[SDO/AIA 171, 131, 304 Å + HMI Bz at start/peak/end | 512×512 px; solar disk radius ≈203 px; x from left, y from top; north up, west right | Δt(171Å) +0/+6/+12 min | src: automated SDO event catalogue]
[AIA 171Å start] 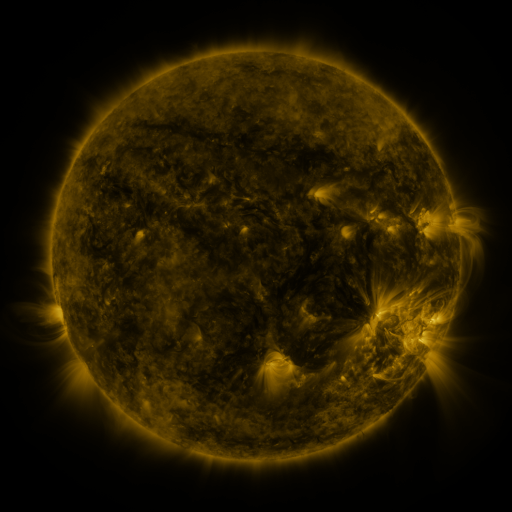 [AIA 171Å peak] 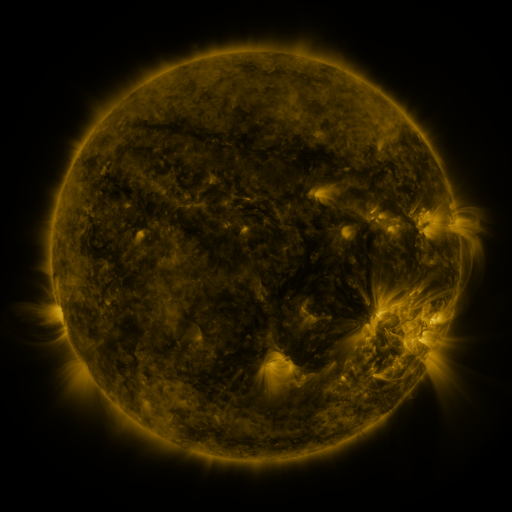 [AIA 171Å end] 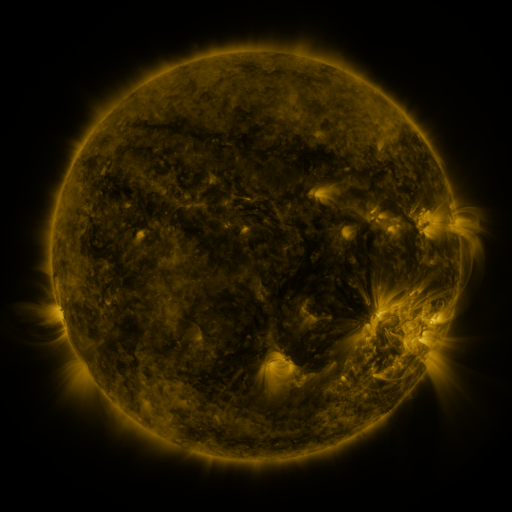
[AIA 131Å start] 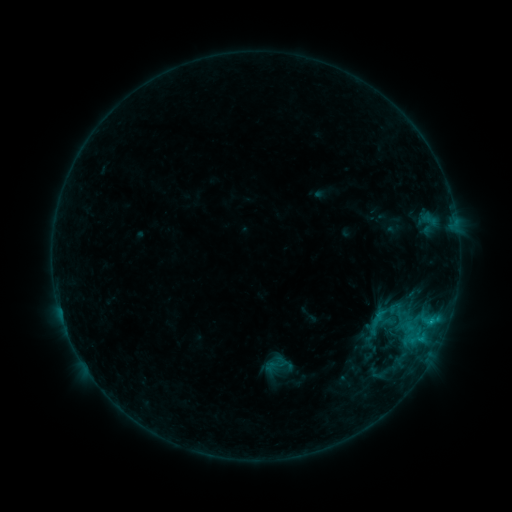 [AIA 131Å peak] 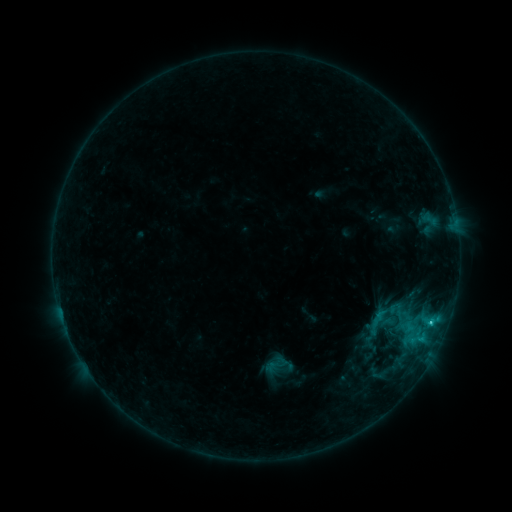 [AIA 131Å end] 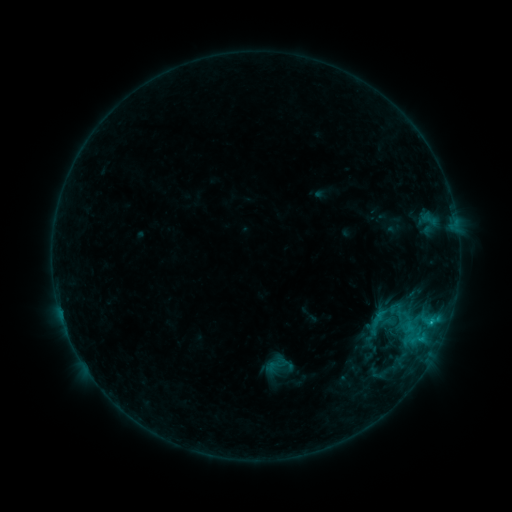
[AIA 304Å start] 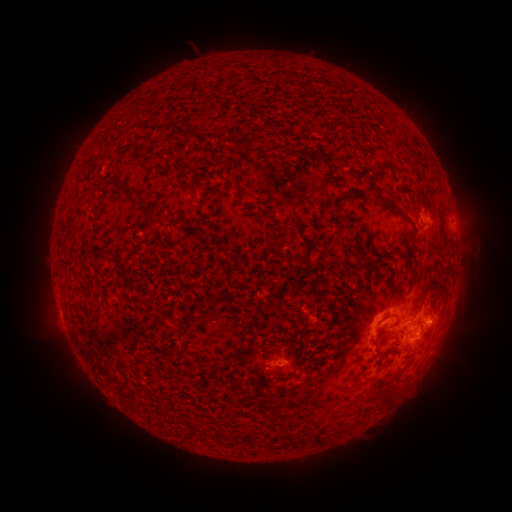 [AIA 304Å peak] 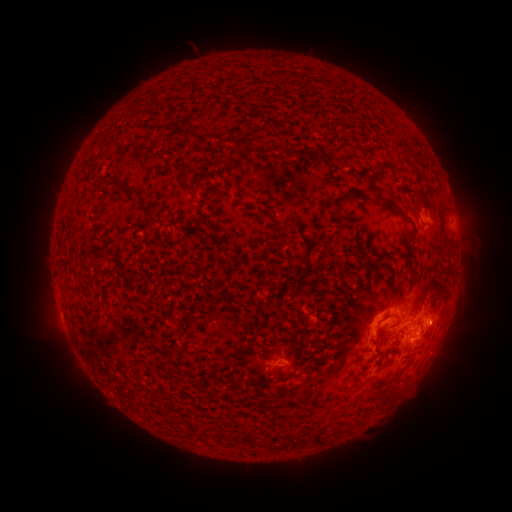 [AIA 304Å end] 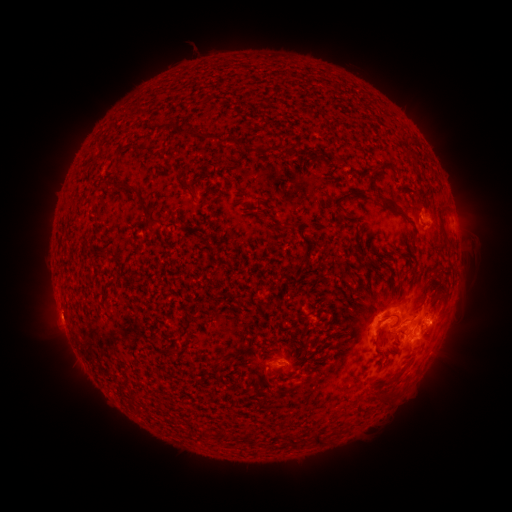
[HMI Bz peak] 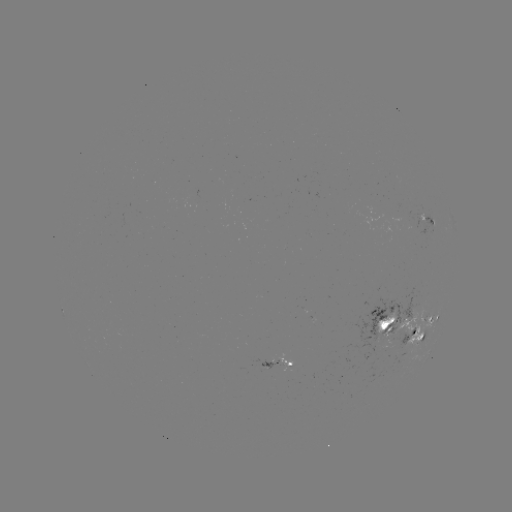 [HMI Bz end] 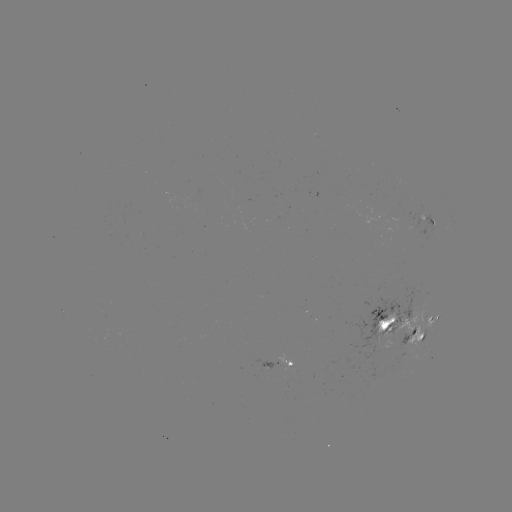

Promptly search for C1.0 flare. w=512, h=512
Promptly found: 430,321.